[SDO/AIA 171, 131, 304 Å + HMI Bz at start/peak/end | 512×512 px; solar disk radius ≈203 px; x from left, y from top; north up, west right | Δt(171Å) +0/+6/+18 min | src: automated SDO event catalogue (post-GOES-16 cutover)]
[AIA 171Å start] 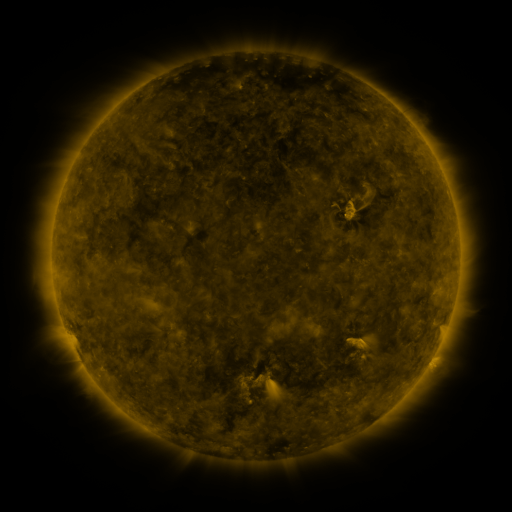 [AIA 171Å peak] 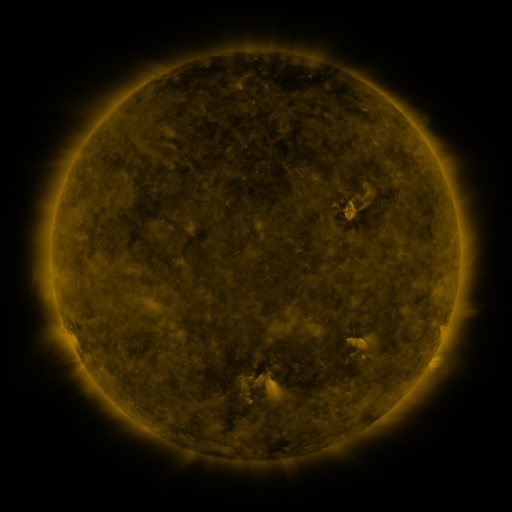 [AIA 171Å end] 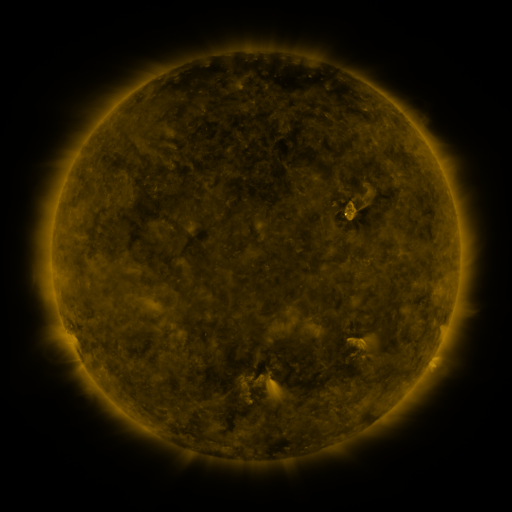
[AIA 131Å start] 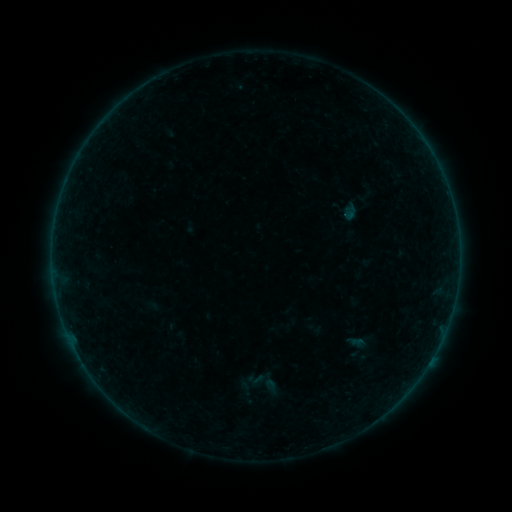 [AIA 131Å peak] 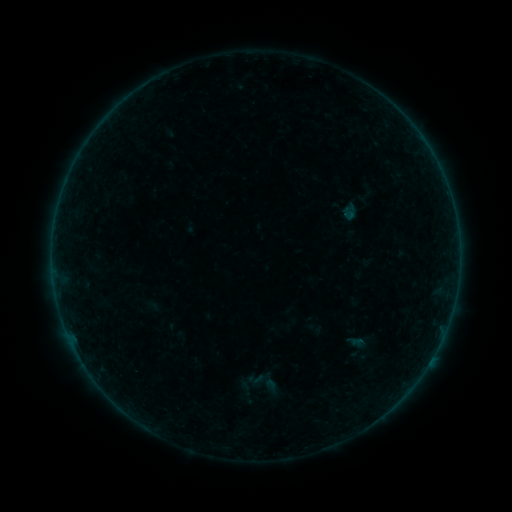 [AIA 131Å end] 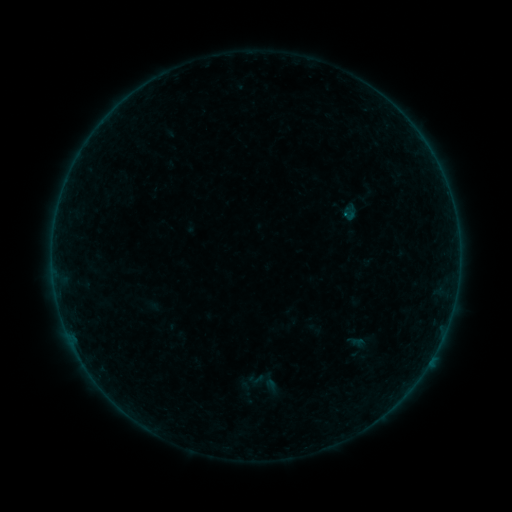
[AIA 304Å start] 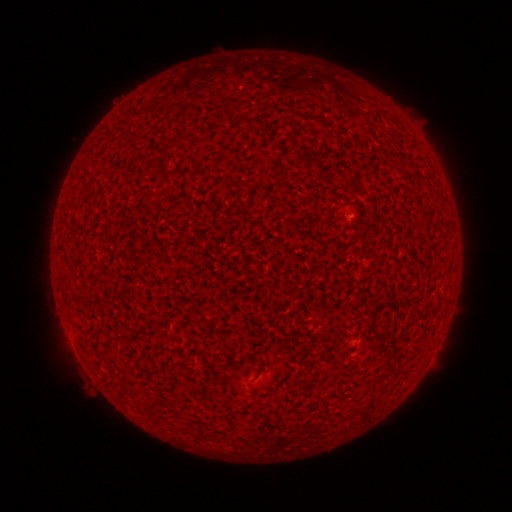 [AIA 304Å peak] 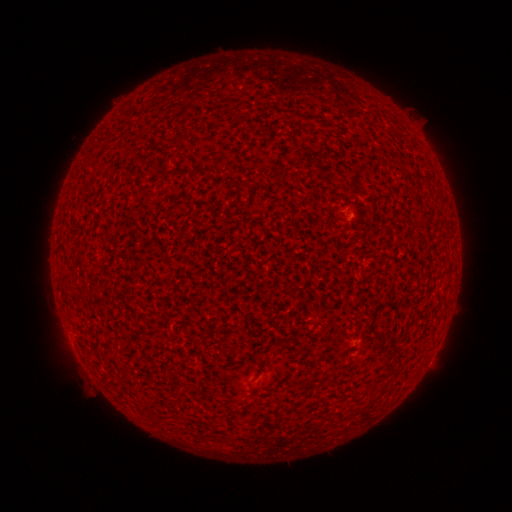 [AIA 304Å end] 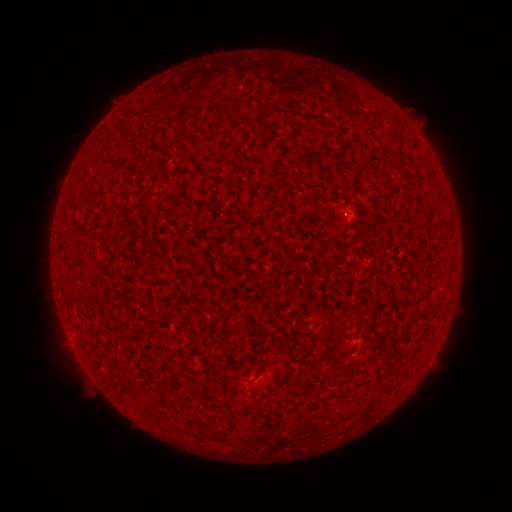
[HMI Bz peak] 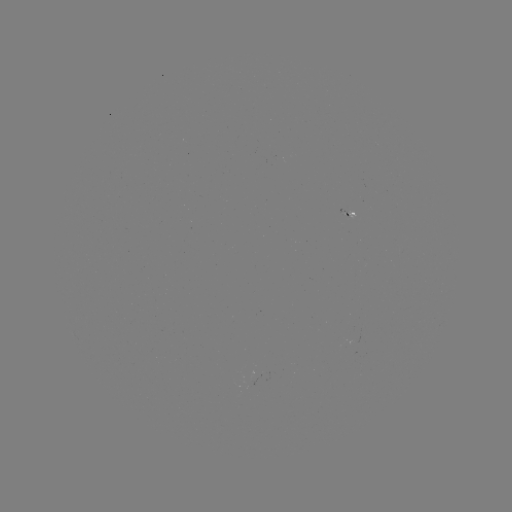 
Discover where A2.5 flare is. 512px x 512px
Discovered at [344, 213].